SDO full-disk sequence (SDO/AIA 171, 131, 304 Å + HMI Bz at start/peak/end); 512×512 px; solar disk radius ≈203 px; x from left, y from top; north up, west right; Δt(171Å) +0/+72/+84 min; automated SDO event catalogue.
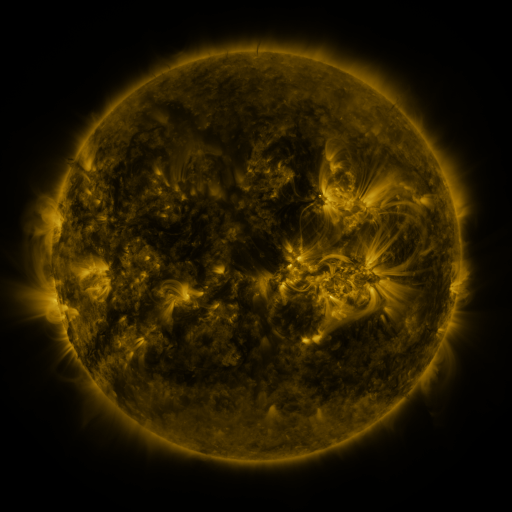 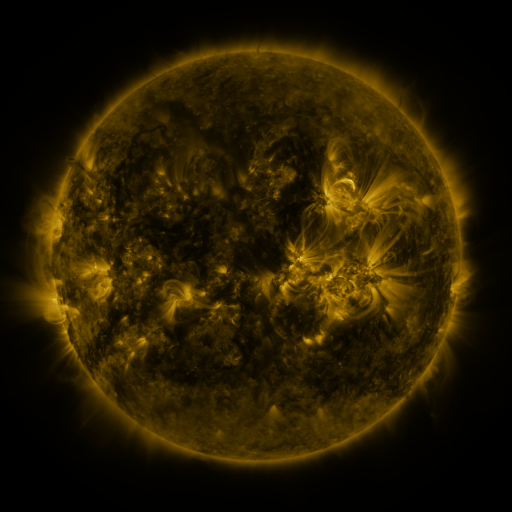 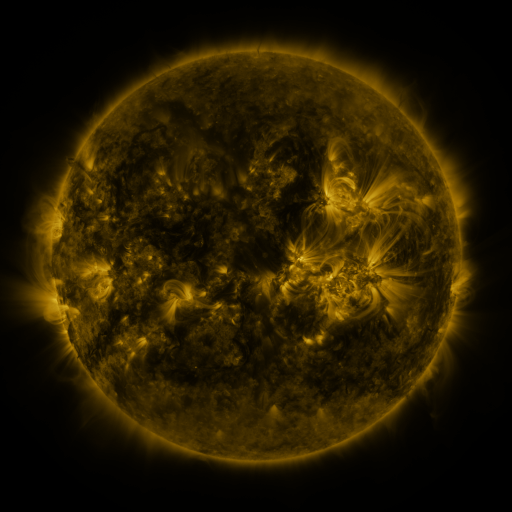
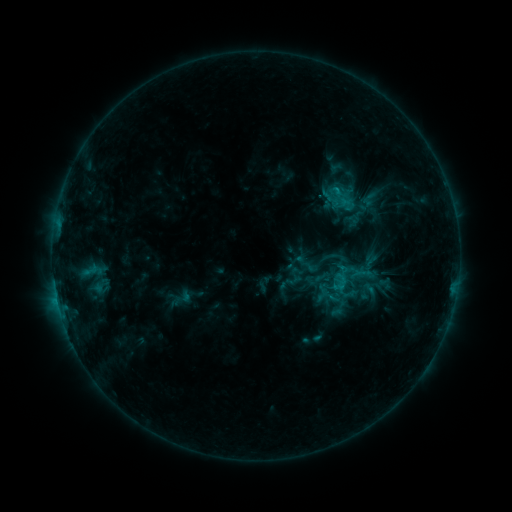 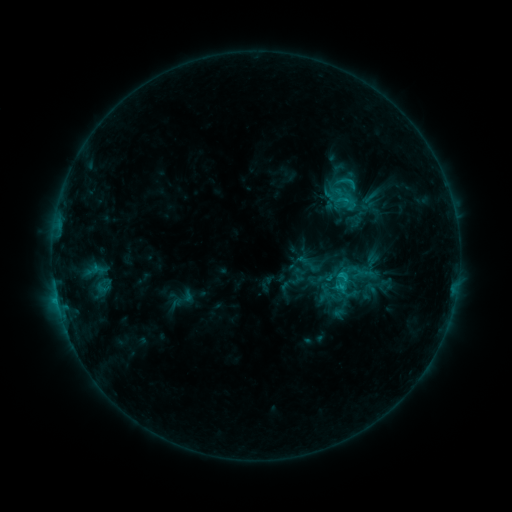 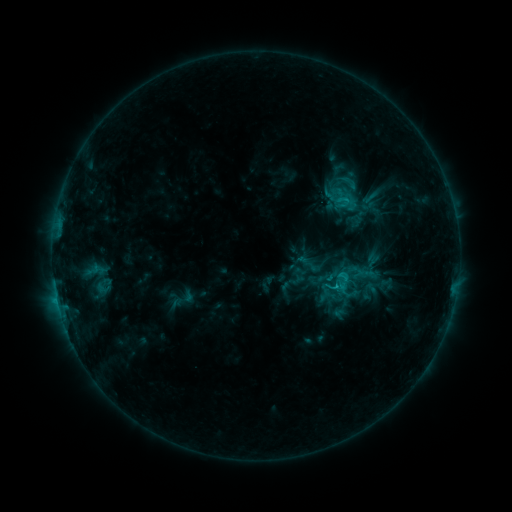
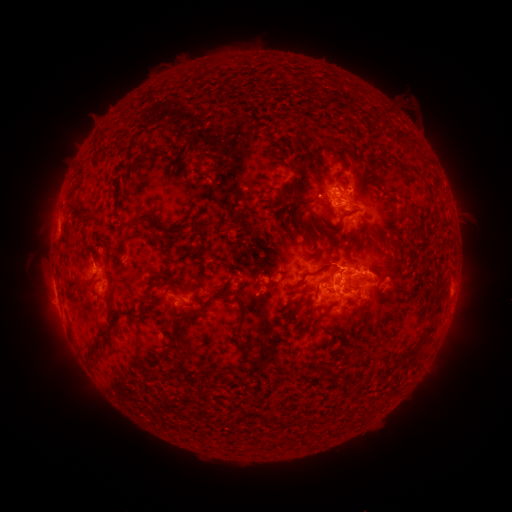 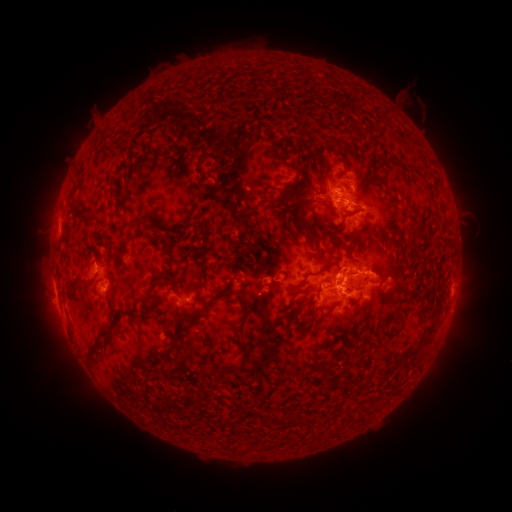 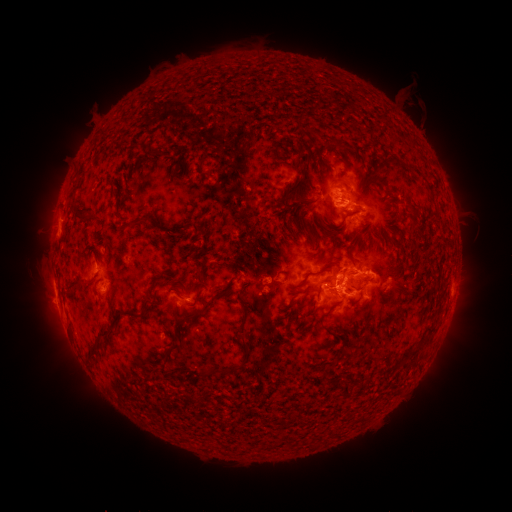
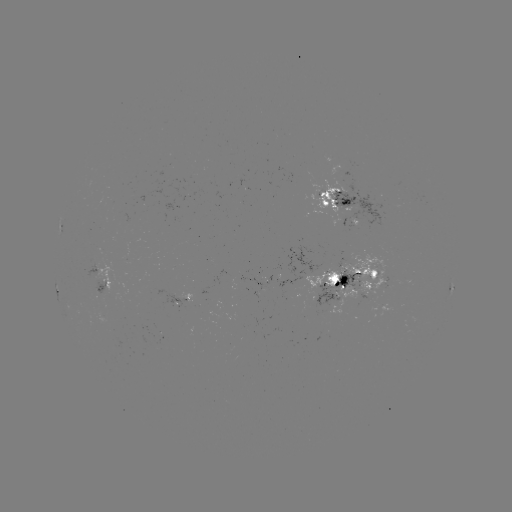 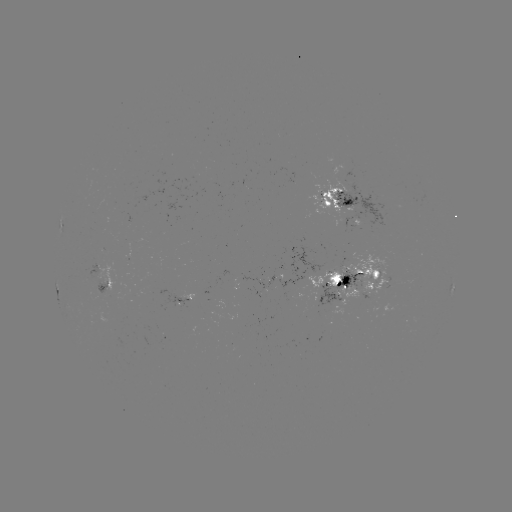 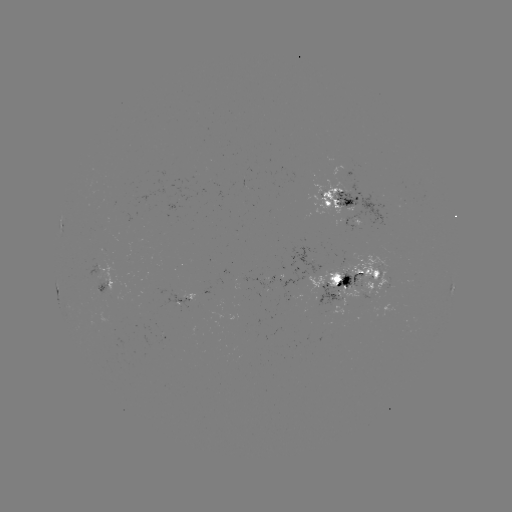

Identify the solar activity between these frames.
emerging-flux region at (301, 278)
